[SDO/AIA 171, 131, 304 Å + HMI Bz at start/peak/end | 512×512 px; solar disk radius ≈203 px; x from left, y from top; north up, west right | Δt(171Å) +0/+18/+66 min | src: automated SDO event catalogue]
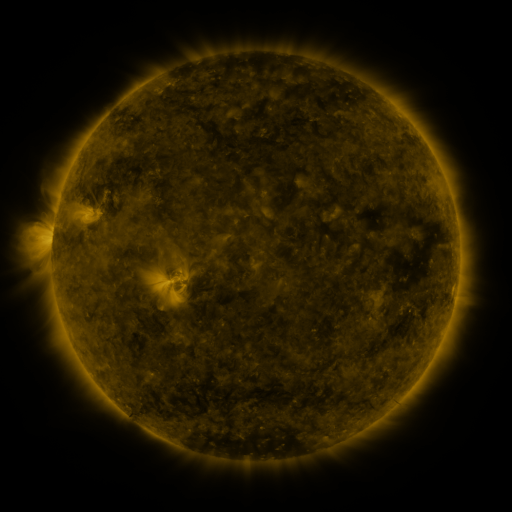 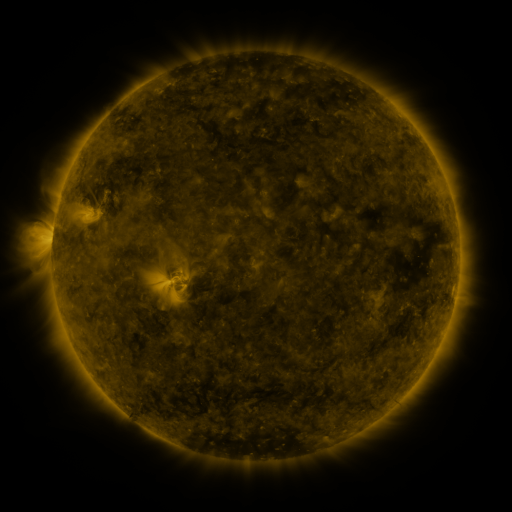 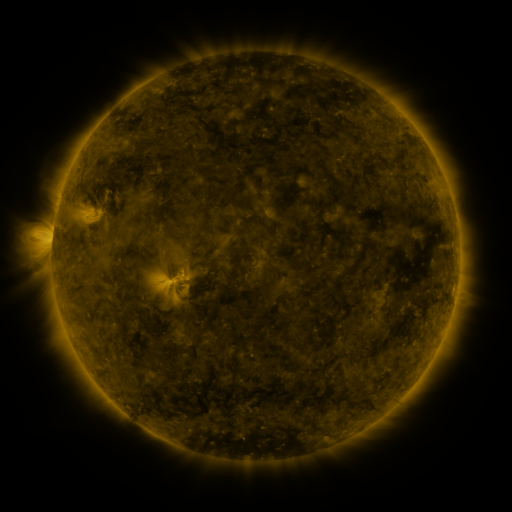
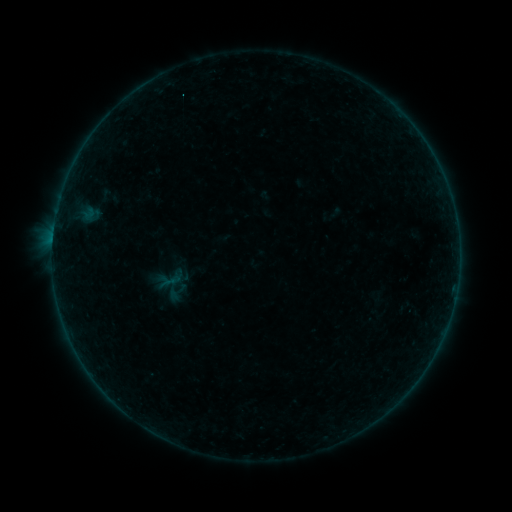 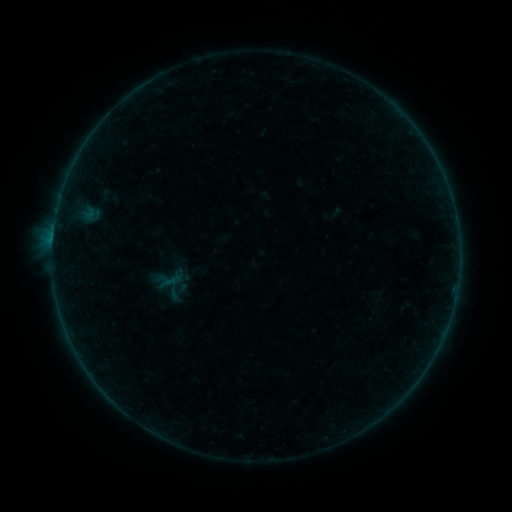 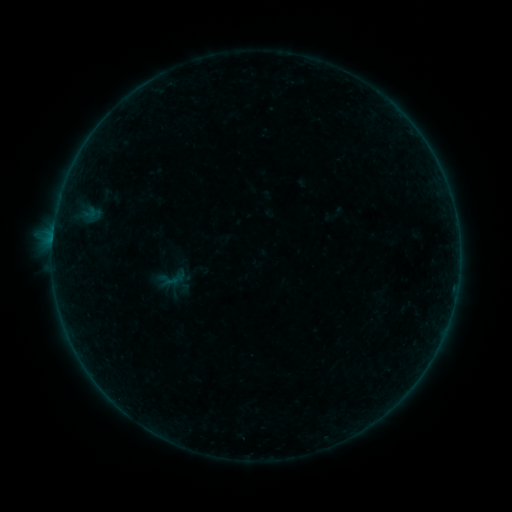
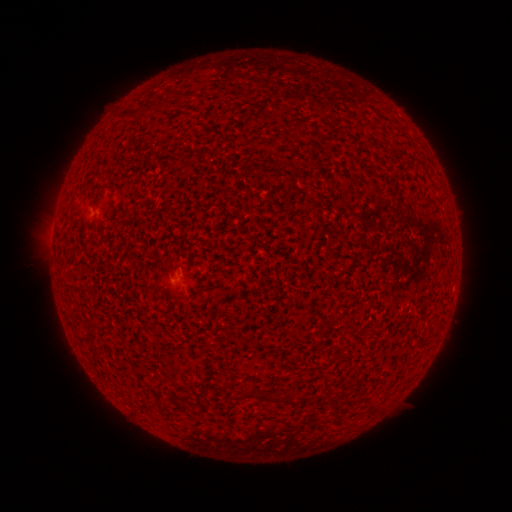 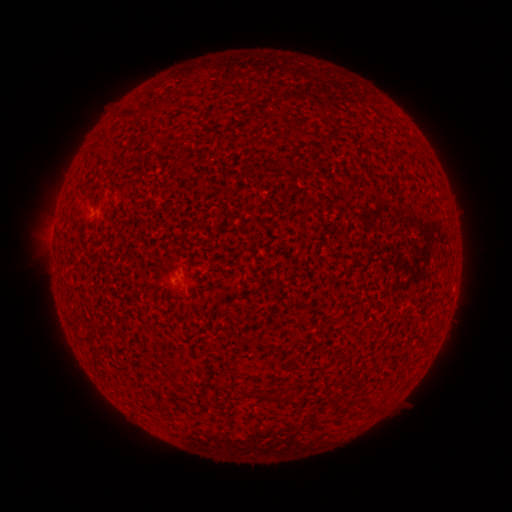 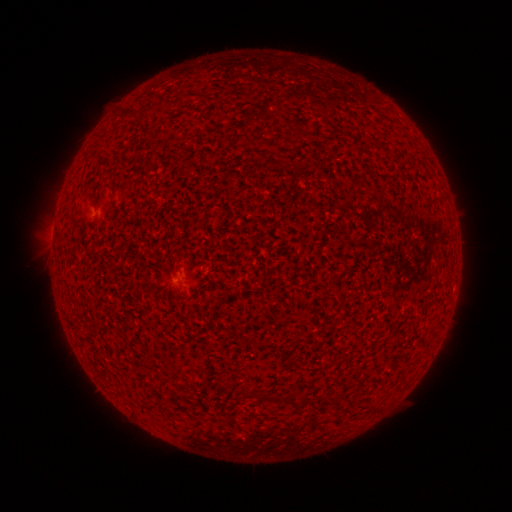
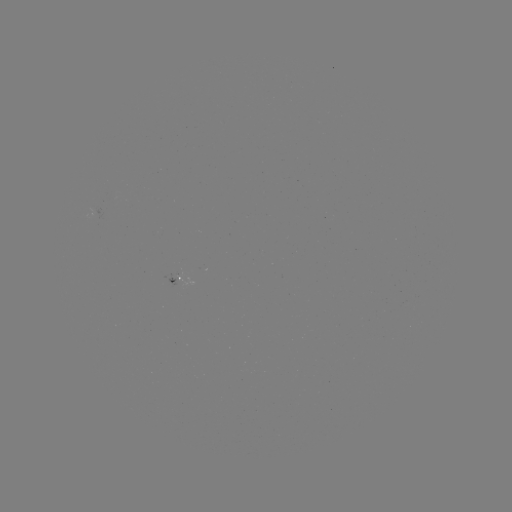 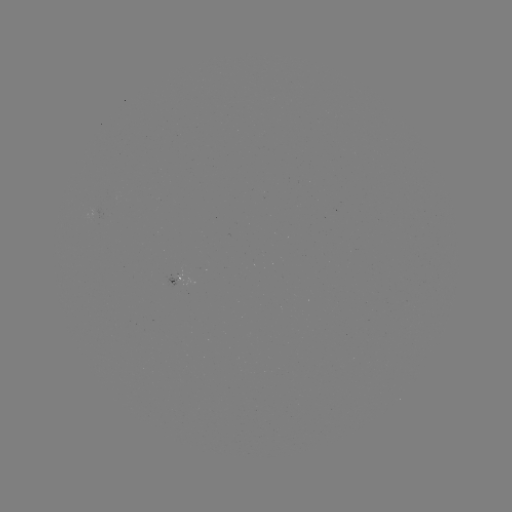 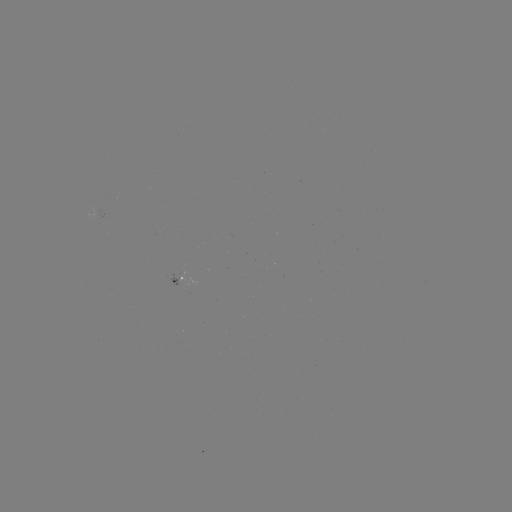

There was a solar flare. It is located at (174, 276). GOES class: A4.2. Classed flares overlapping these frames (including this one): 1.